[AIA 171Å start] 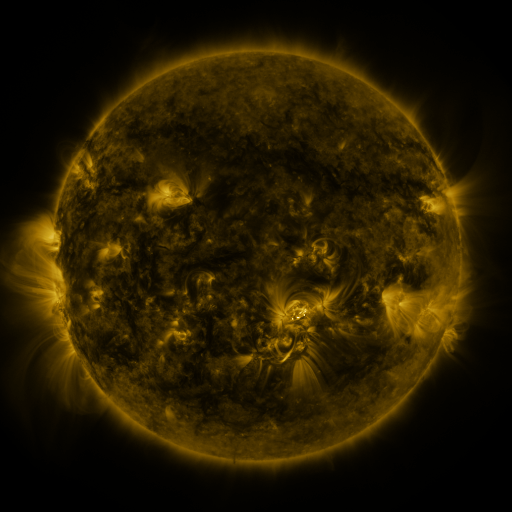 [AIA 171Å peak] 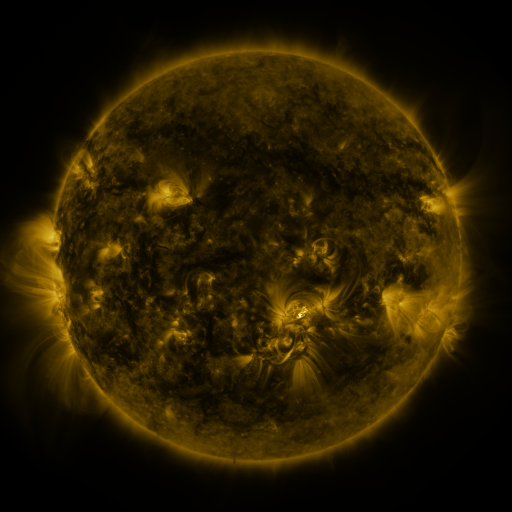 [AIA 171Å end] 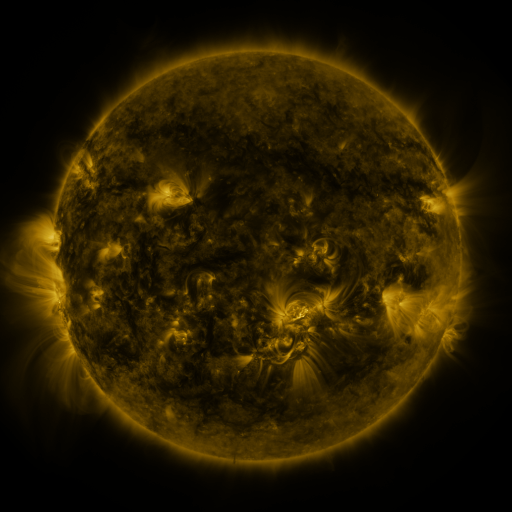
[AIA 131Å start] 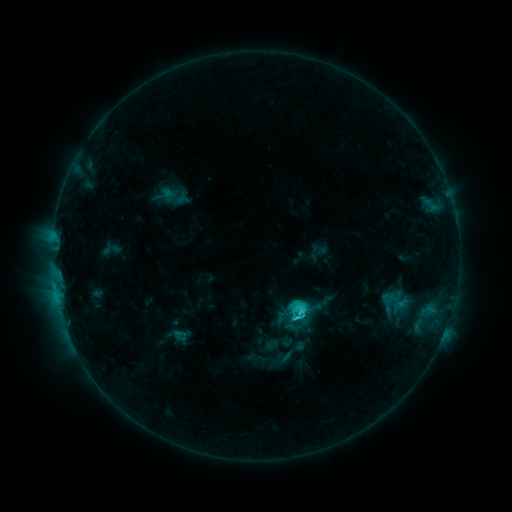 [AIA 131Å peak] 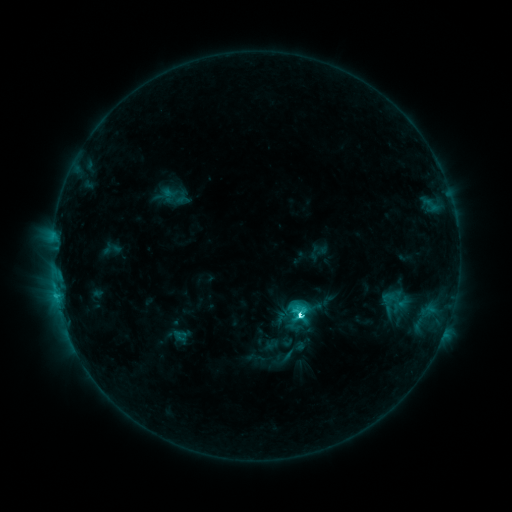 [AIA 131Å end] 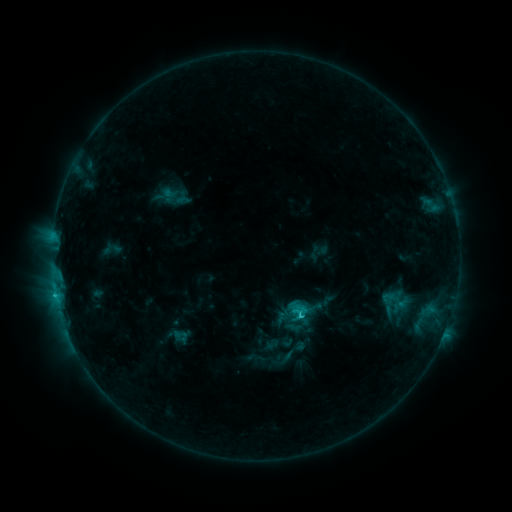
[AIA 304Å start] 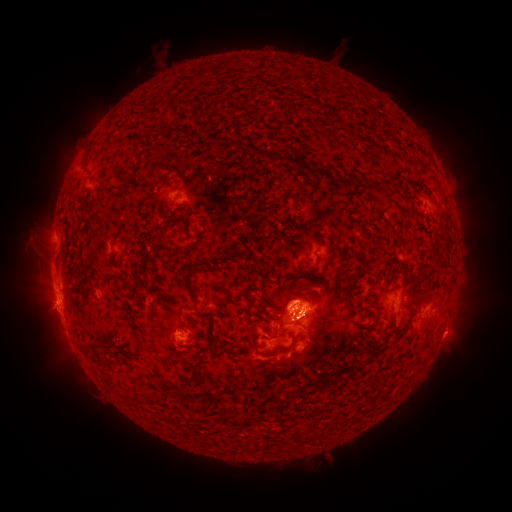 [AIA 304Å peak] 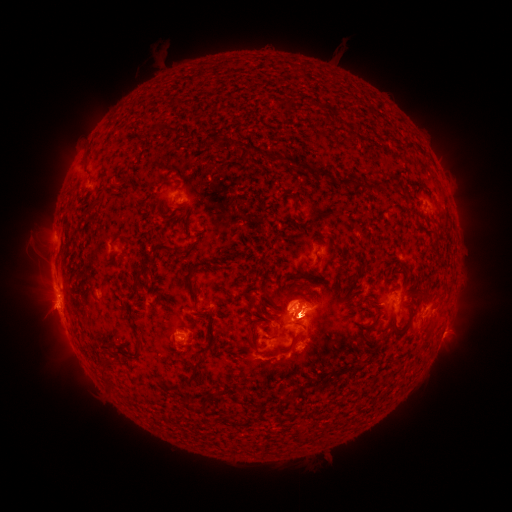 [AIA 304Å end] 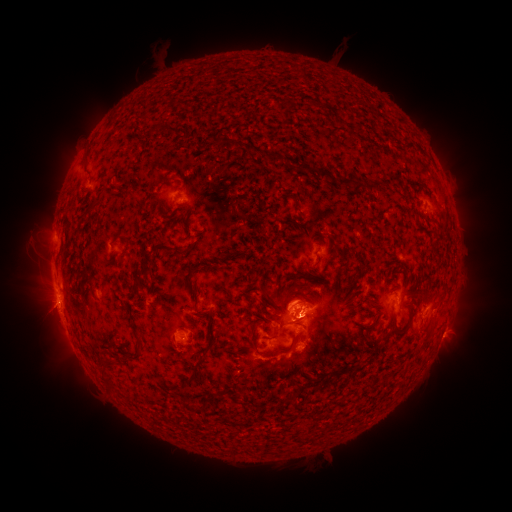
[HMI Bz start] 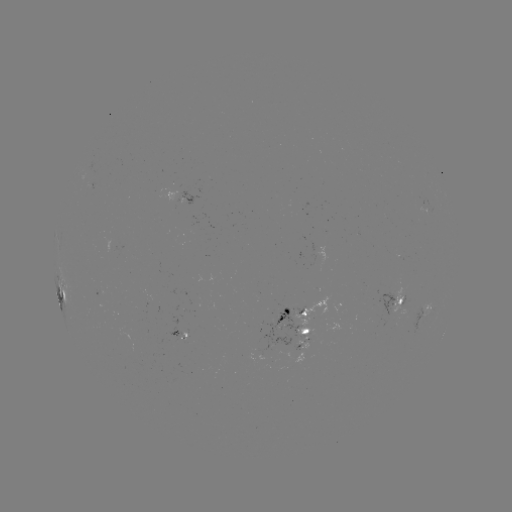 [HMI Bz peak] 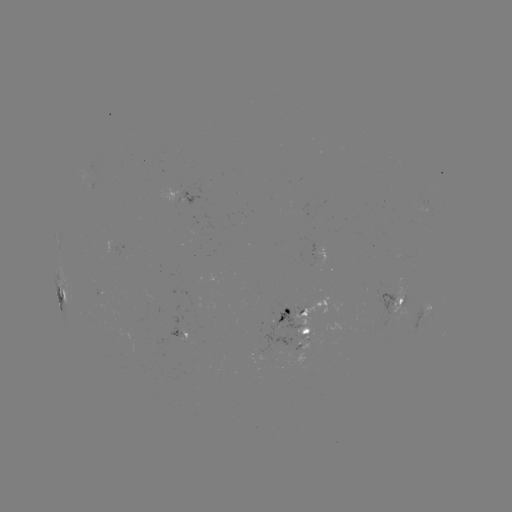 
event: eruption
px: (46, 313)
